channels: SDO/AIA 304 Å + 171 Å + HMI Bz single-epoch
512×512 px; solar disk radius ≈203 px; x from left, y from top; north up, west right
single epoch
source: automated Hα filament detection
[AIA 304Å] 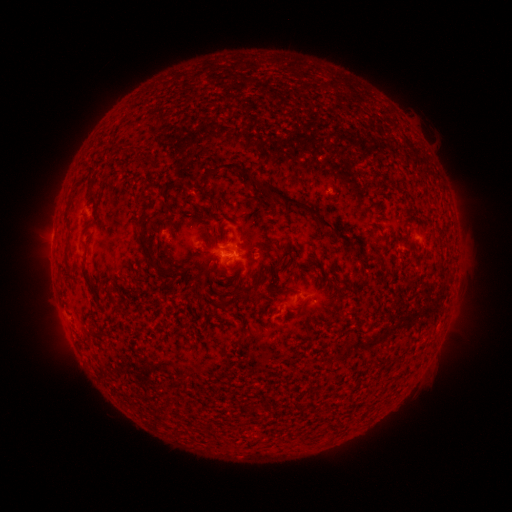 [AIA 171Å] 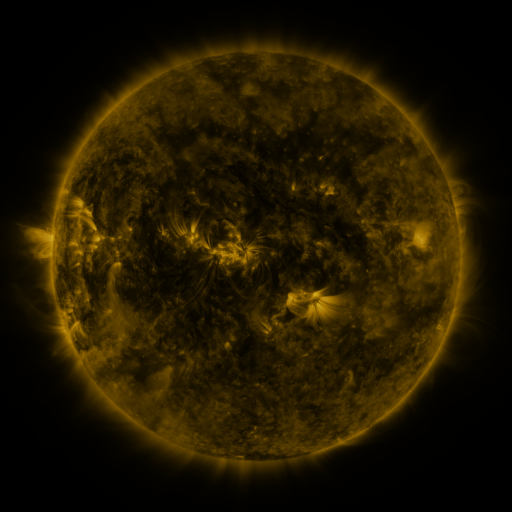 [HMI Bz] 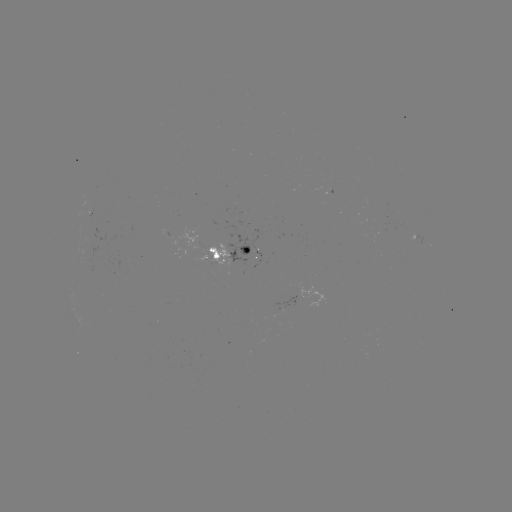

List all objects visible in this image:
filament: [214, 162, 237, 172]
filament: [241, 171, 320, 220]
filament: [144, 194, 153, 207]
filament: [320, 217, 346, 240]
filament: [137, 226, 153, 264]
